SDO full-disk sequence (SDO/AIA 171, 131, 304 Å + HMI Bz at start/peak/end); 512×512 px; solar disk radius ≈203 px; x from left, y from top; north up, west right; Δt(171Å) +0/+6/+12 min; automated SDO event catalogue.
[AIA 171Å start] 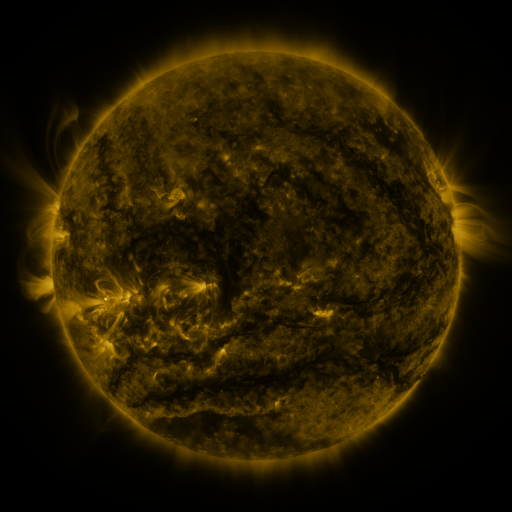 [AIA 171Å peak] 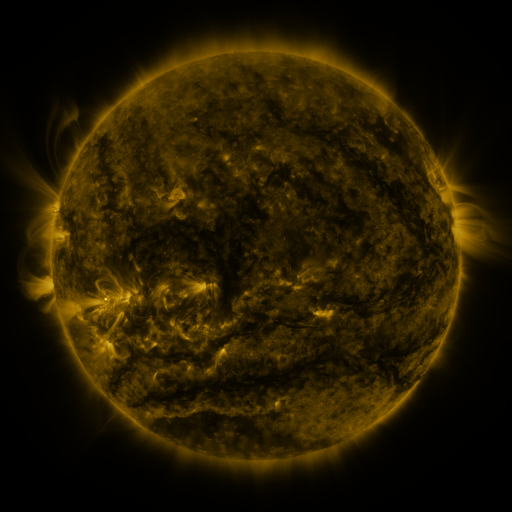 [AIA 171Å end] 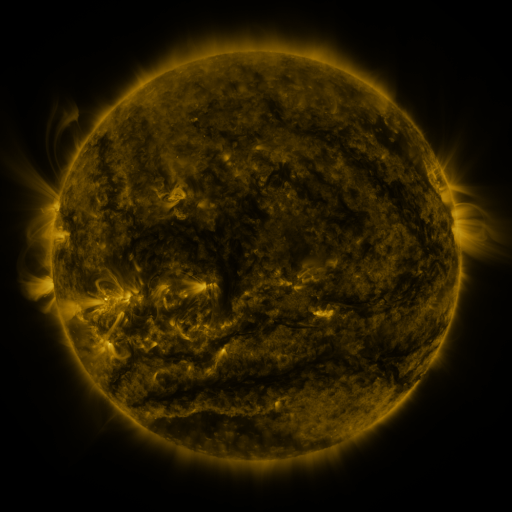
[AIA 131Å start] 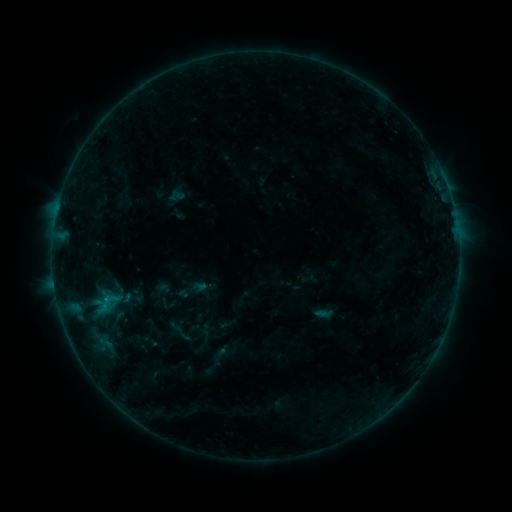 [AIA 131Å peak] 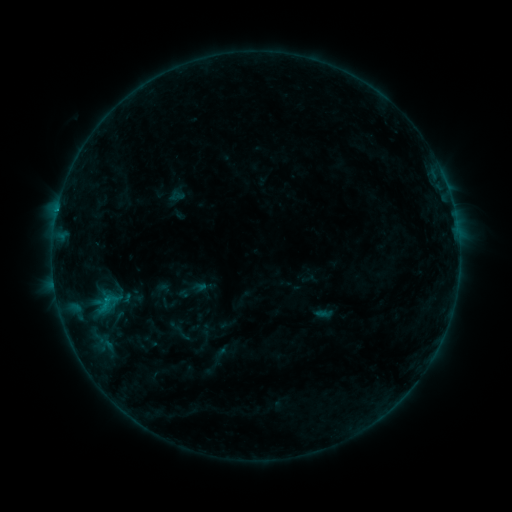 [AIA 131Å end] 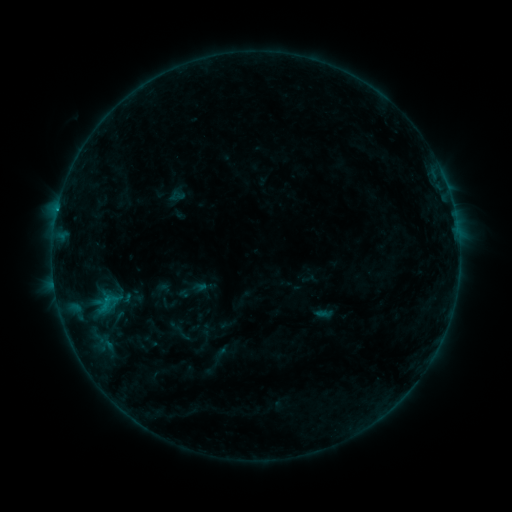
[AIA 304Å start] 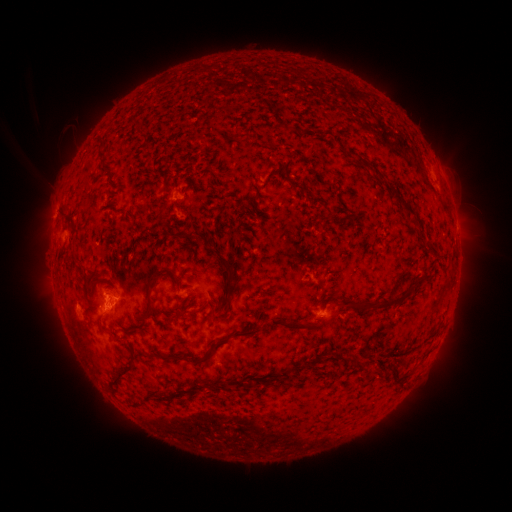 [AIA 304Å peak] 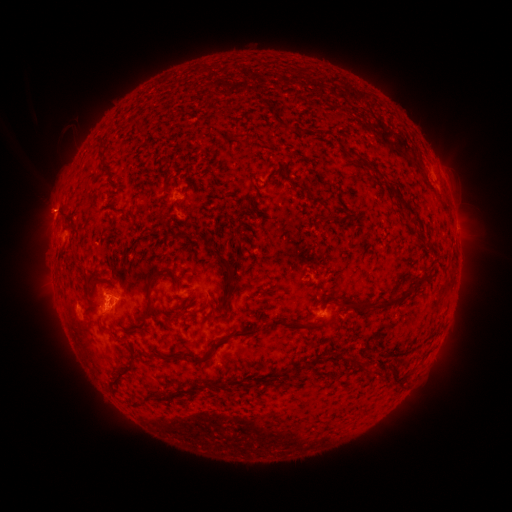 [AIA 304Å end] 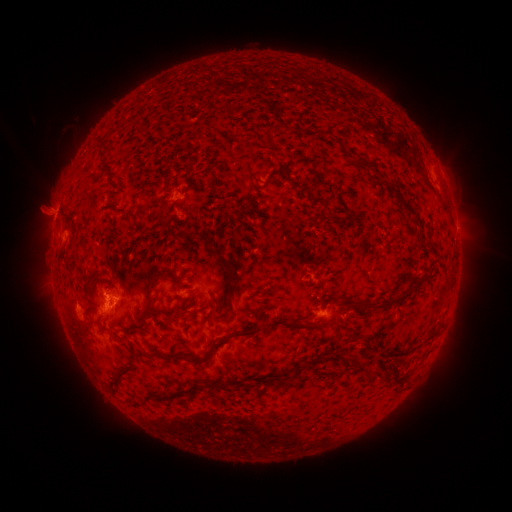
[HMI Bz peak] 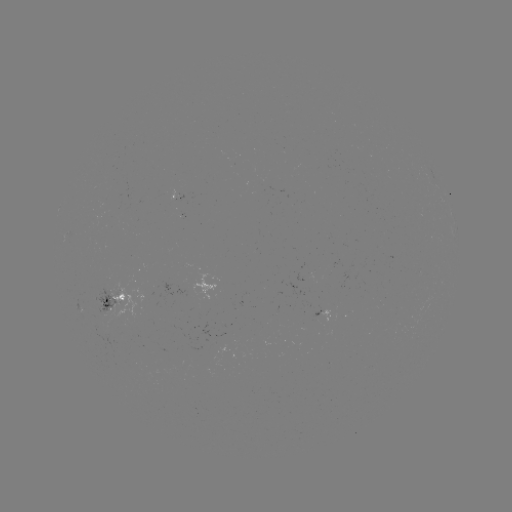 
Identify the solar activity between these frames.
eruption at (54, 211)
